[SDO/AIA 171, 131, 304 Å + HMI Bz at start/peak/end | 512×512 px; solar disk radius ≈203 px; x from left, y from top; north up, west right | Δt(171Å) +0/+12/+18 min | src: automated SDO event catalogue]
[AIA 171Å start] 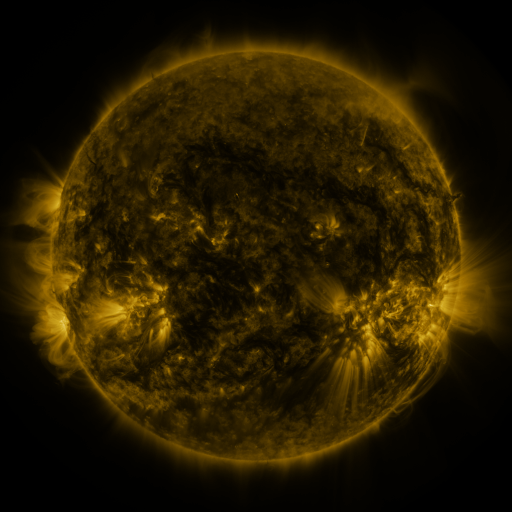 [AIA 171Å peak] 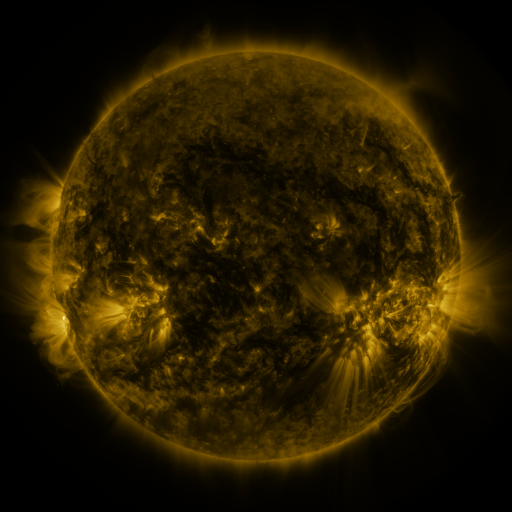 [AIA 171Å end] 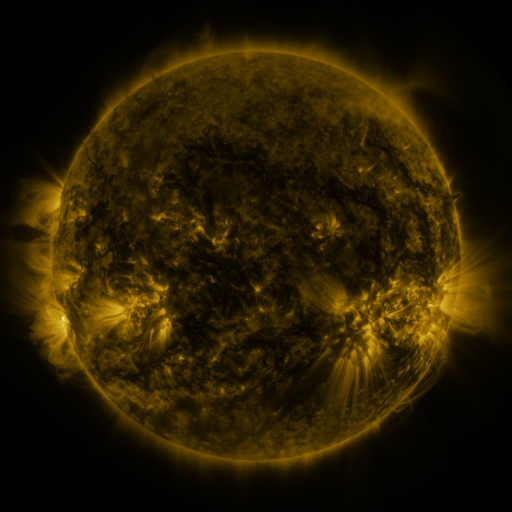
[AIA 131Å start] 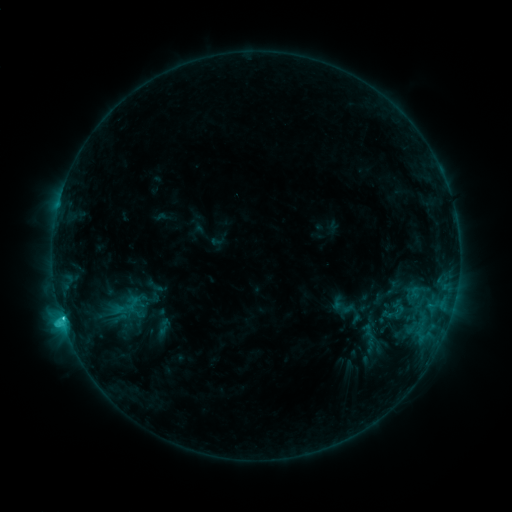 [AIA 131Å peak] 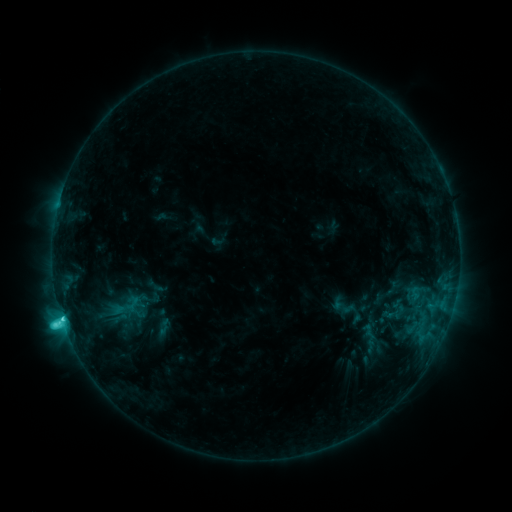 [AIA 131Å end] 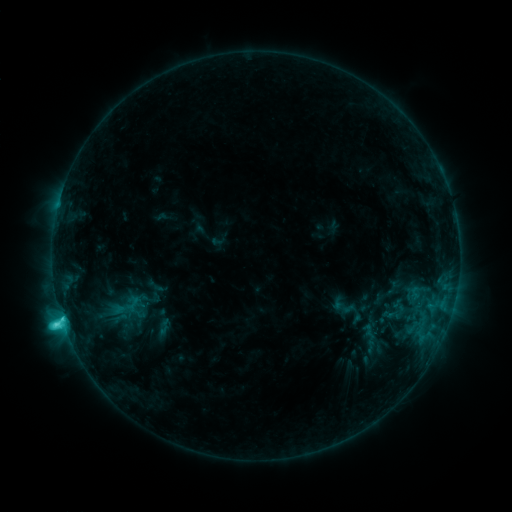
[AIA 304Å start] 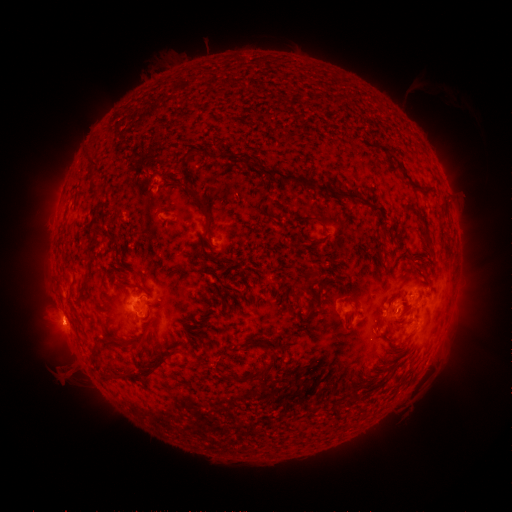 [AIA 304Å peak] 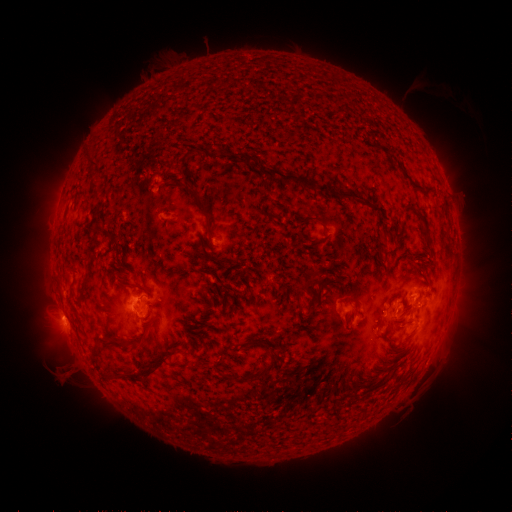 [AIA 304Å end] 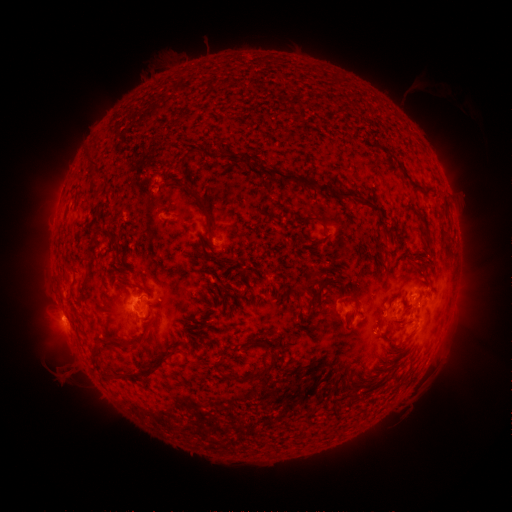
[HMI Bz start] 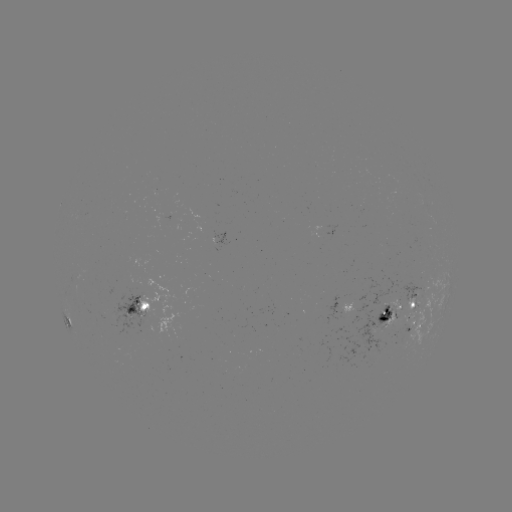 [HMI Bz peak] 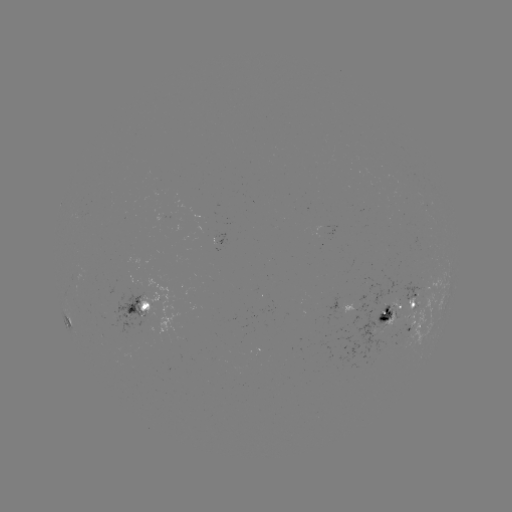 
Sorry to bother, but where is C3.5 flare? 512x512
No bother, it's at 64,319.